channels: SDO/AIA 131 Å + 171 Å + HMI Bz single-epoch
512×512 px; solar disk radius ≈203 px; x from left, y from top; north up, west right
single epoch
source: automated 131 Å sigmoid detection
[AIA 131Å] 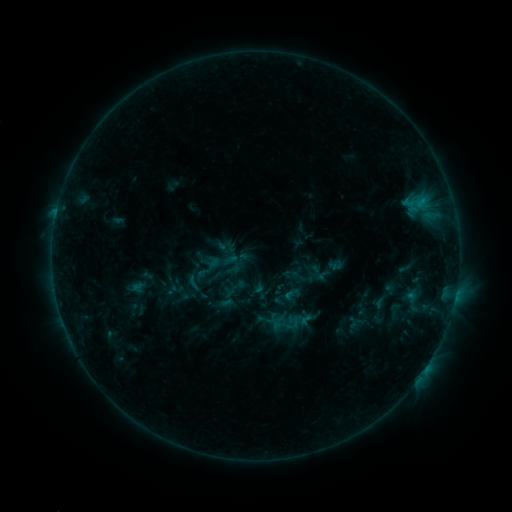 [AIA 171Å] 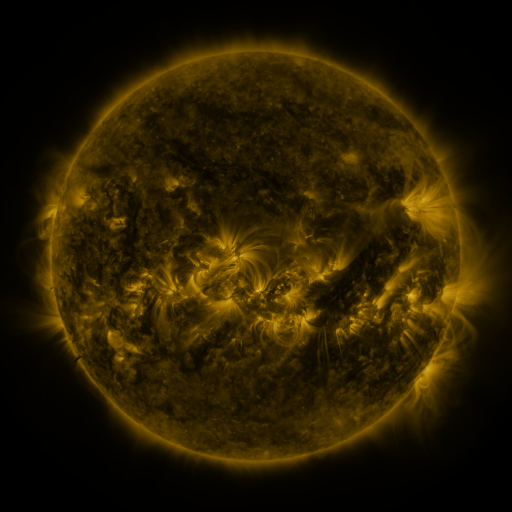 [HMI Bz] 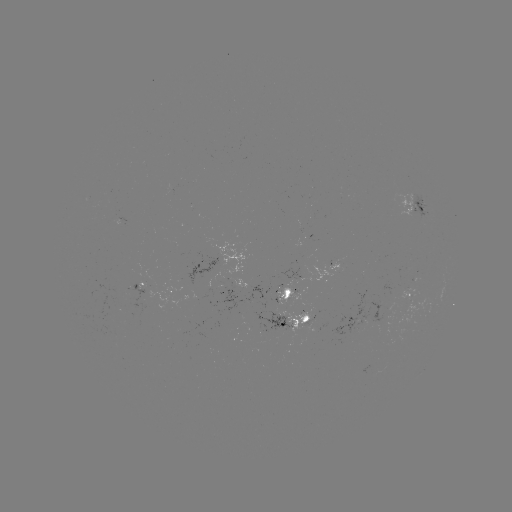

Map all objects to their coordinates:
sigmoid: (222, 261)
sigmoid: (193, 283)
